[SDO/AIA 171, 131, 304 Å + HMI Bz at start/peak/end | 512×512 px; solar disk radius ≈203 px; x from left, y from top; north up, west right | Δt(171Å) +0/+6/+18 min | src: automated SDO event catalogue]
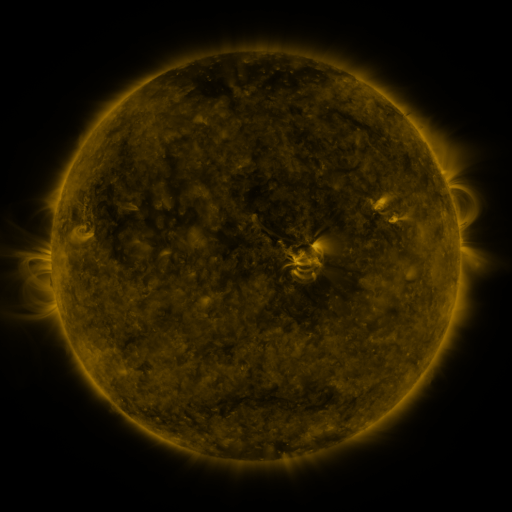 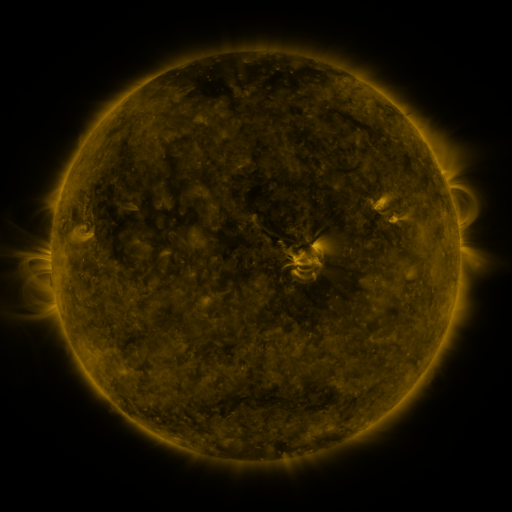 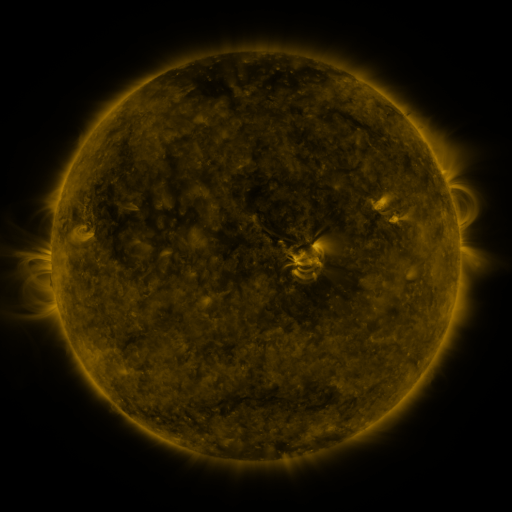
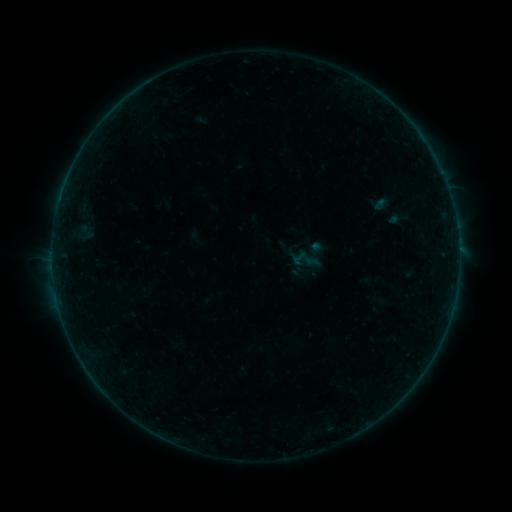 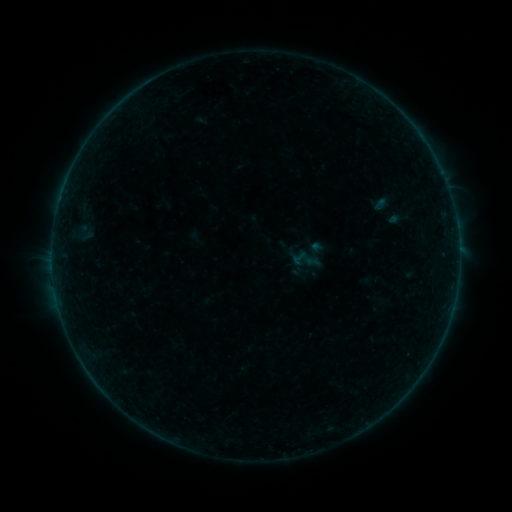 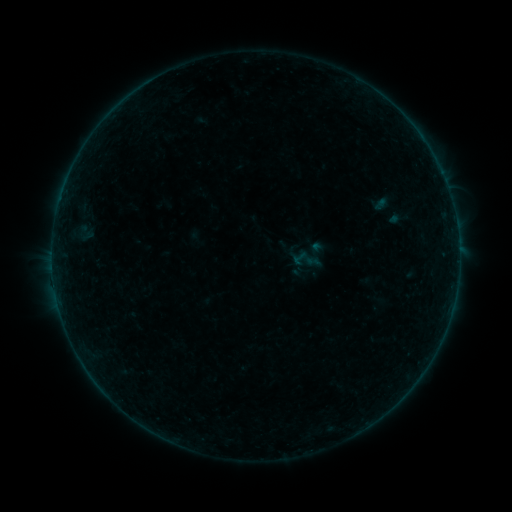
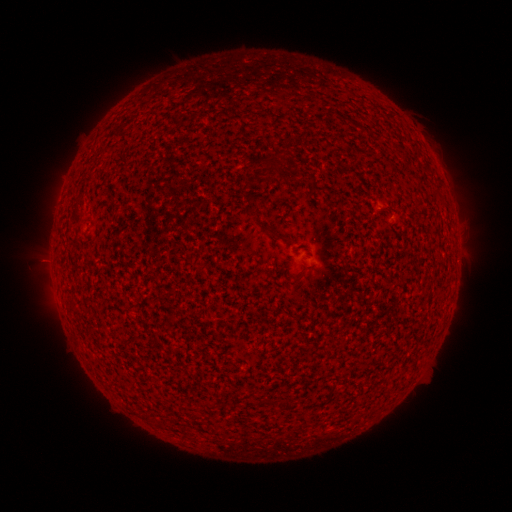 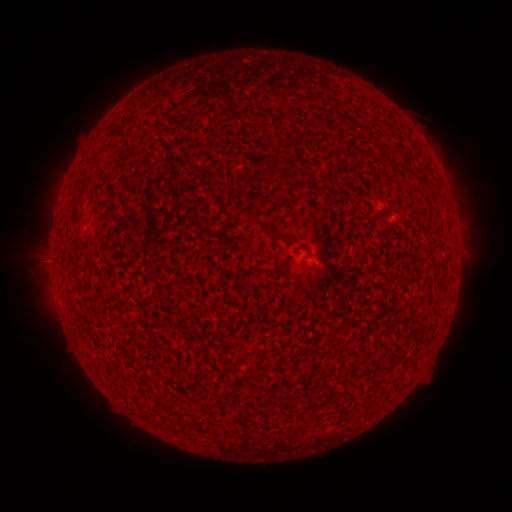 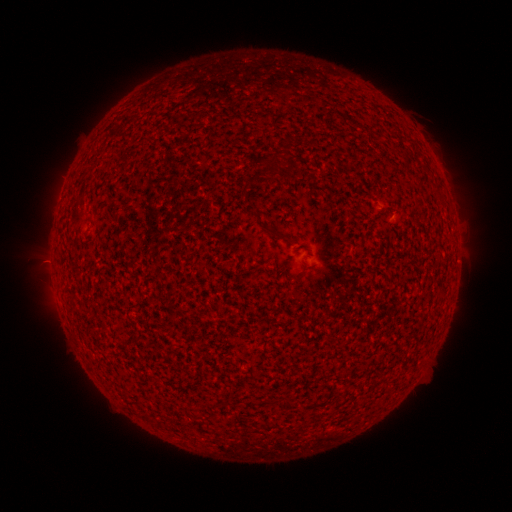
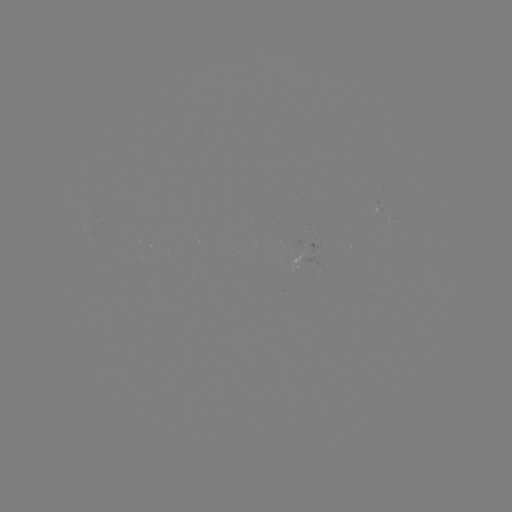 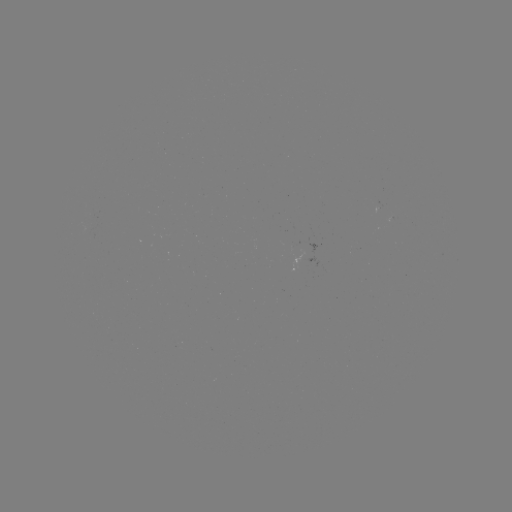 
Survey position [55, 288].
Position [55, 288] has B1.4 flare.